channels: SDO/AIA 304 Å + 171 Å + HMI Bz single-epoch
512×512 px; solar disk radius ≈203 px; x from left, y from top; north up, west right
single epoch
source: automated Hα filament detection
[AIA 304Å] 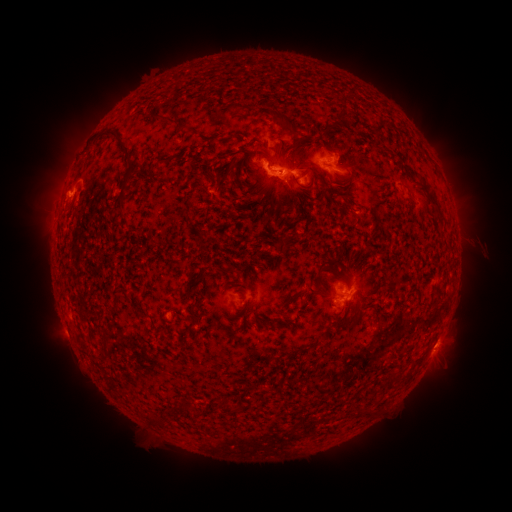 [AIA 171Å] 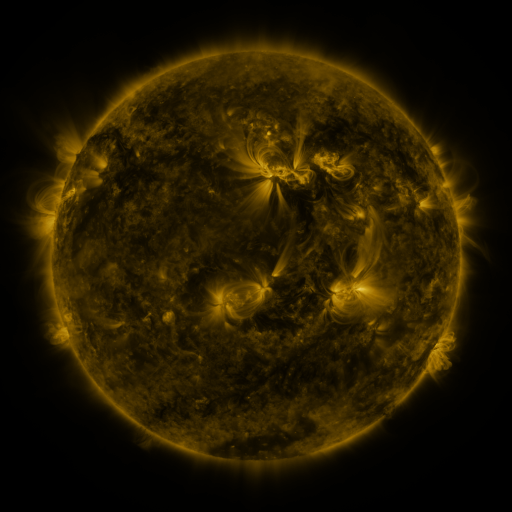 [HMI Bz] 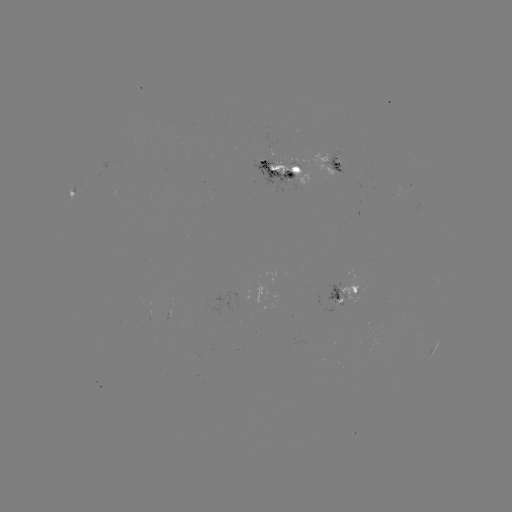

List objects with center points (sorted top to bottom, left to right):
filament: (169, 121)
filament: (288, 123)
filament: (345, 123)
filament: (234, 136)
filament: (265, 156)
filament: (130, 163)
filament: (236, 164)
filament: (424, 183)
filament: (435, 204)
filament: (271, 216)
filament: (323, 265)
filament: (230, 271)
filament: (341, 278)
filament: (311, 290)
filament: (284, 305)
filament: (192, 314)
filament: (105, 349)
filament: (407, 375)
filament: (395, 378)
filament: (186, 407)
filament: (228, 407)
filament: (169, 412)
filament: (153, 420)
